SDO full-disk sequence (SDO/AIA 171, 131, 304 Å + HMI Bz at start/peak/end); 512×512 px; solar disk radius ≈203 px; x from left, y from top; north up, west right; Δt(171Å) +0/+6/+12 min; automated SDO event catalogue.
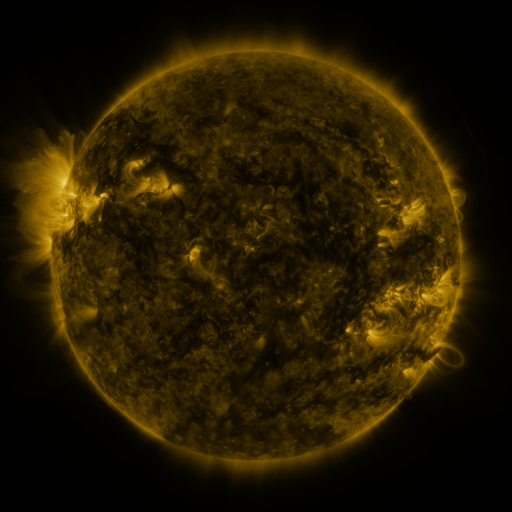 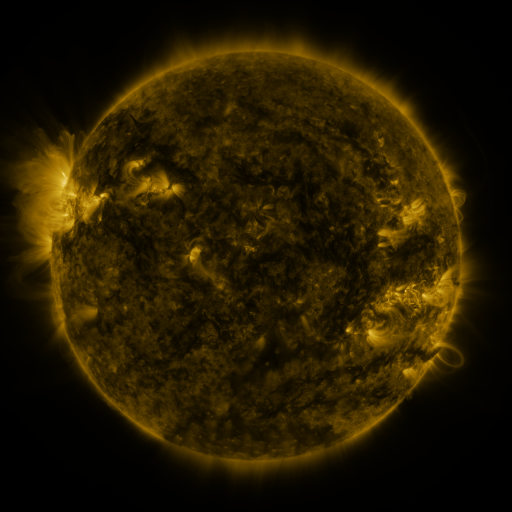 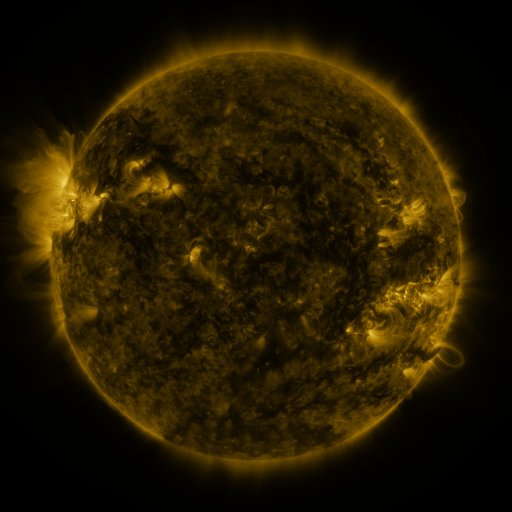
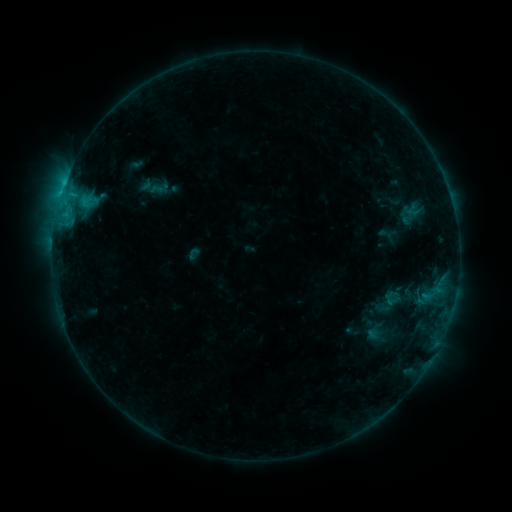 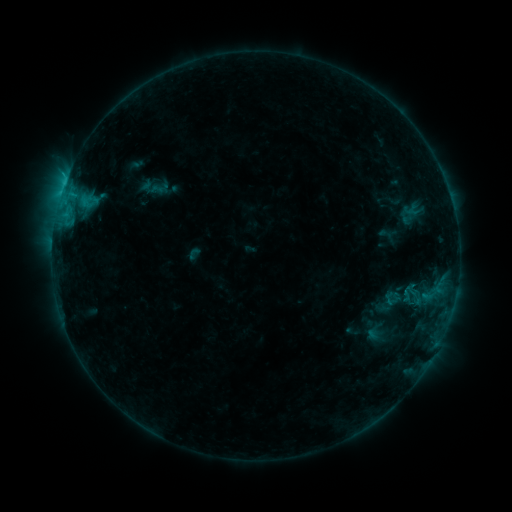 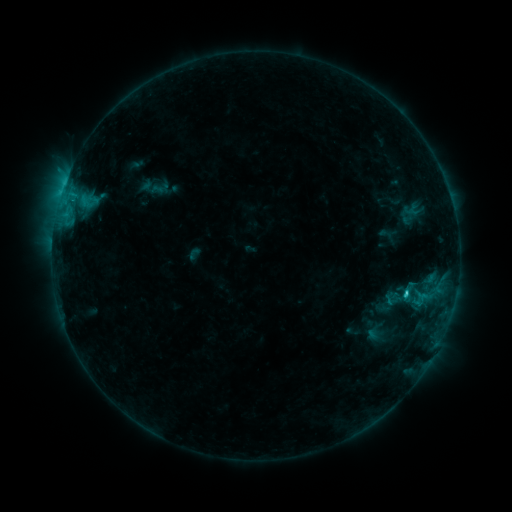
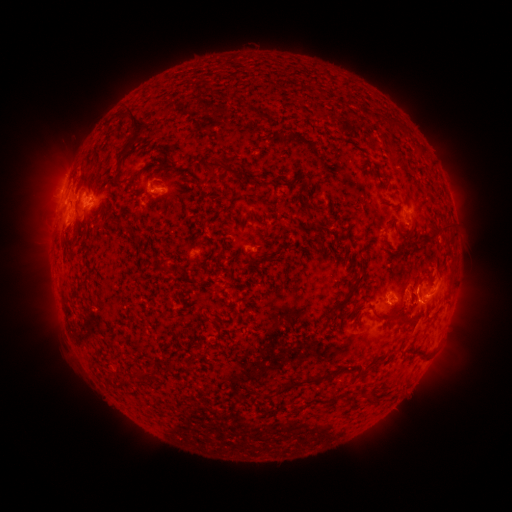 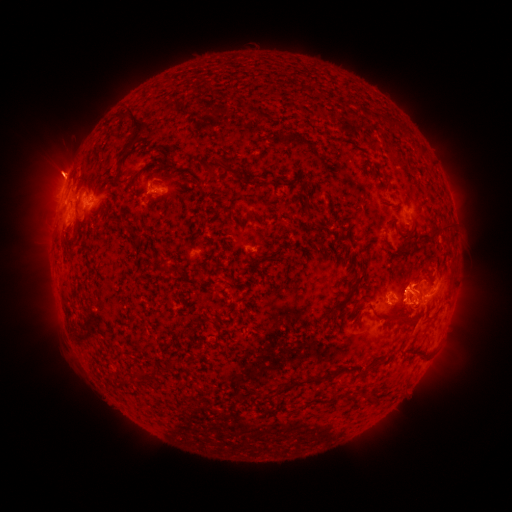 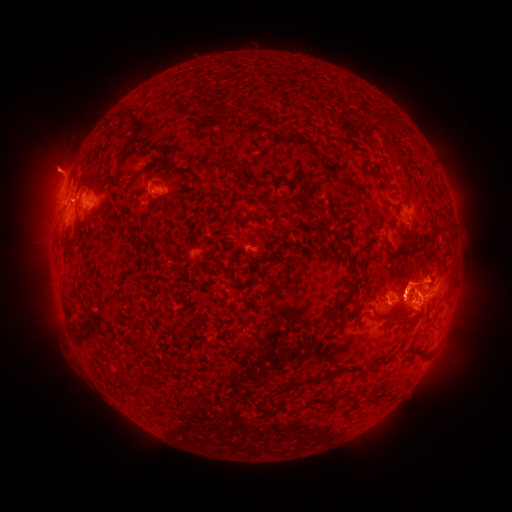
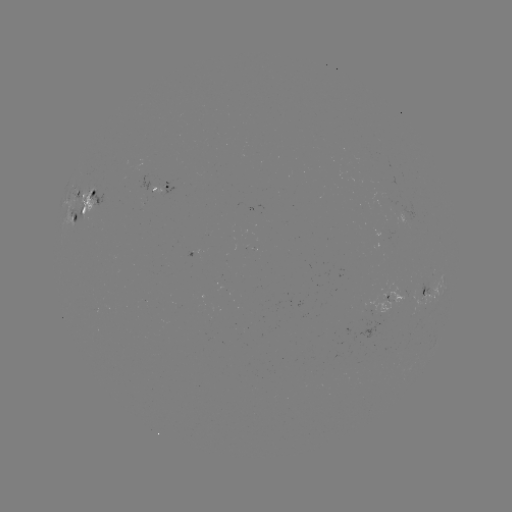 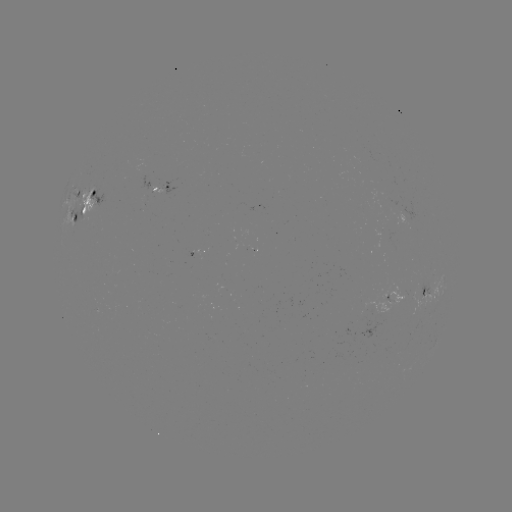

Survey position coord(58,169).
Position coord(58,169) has eruption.